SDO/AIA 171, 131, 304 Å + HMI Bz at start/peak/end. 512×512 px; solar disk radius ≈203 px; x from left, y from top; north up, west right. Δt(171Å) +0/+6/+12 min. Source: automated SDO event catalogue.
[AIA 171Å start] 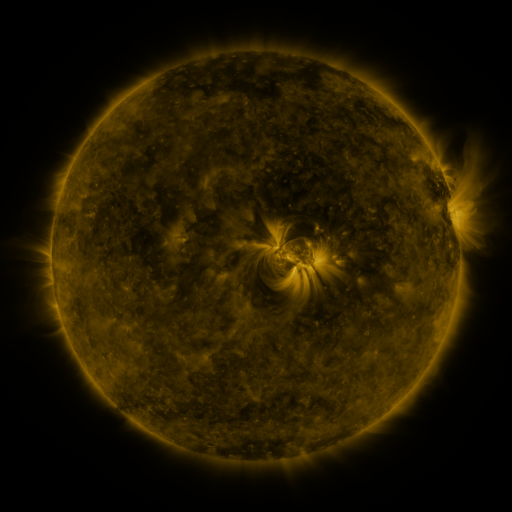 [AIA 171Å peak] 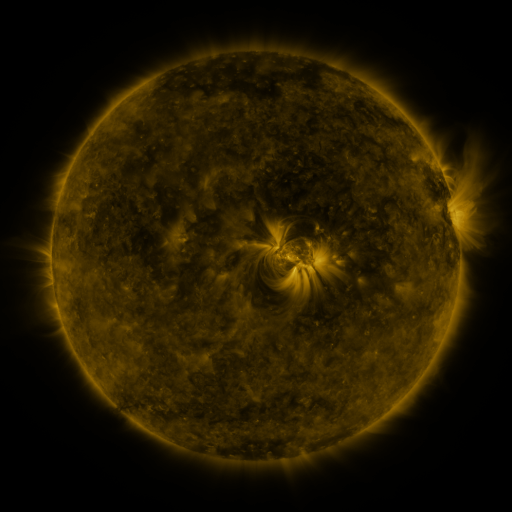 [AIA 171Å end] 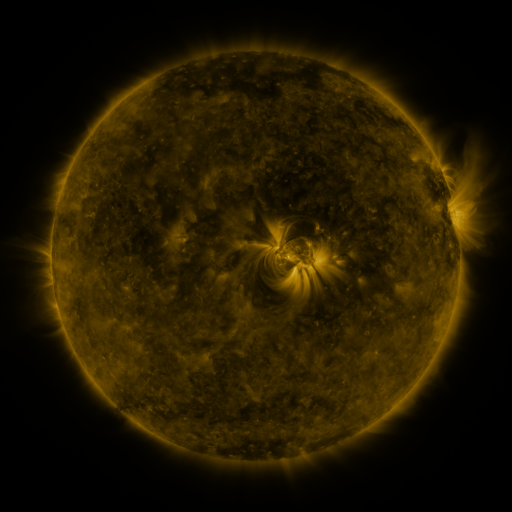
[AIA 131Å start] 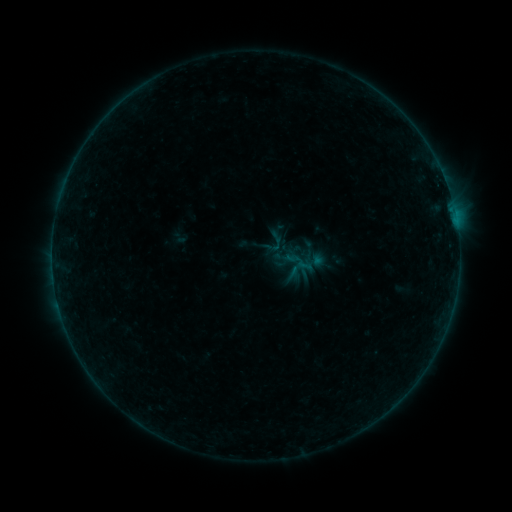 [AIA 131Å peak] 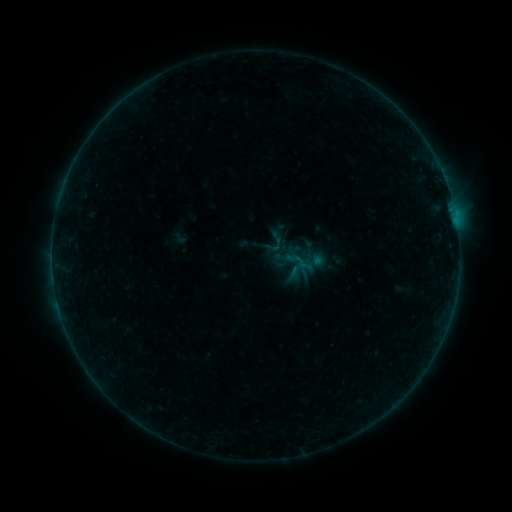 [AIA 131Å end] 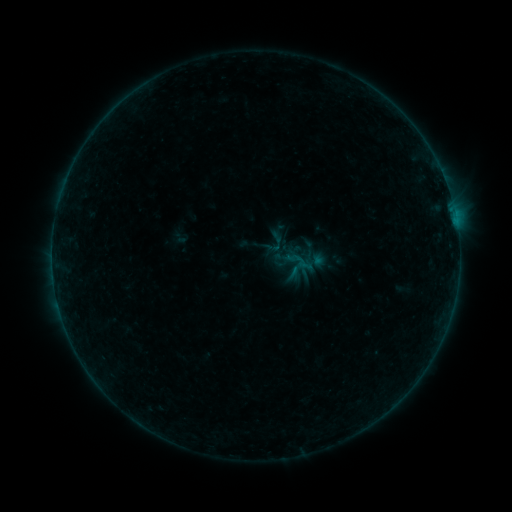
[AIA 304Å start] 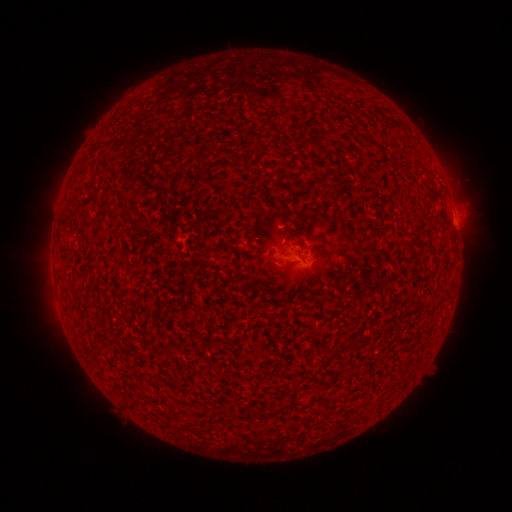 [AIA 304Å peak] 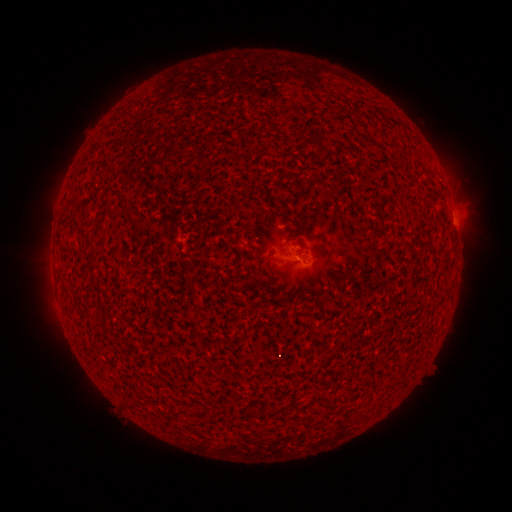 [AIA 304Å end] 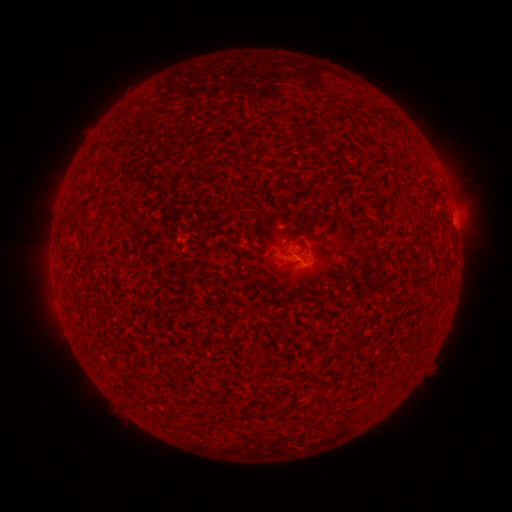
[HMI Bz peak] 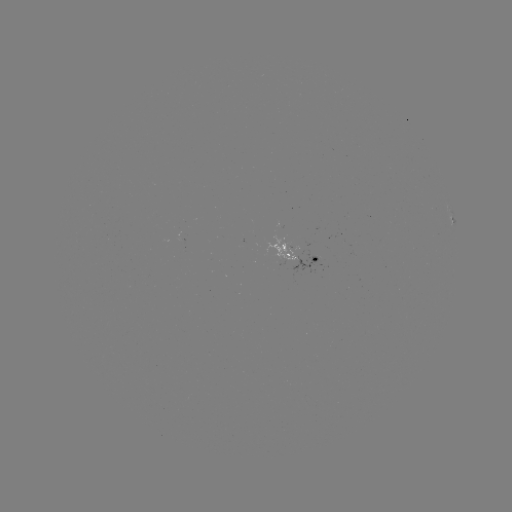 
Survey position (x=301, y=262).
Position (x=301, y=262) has B1.4 flare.